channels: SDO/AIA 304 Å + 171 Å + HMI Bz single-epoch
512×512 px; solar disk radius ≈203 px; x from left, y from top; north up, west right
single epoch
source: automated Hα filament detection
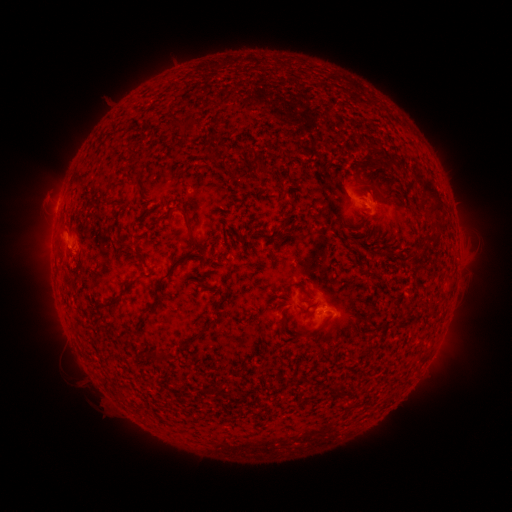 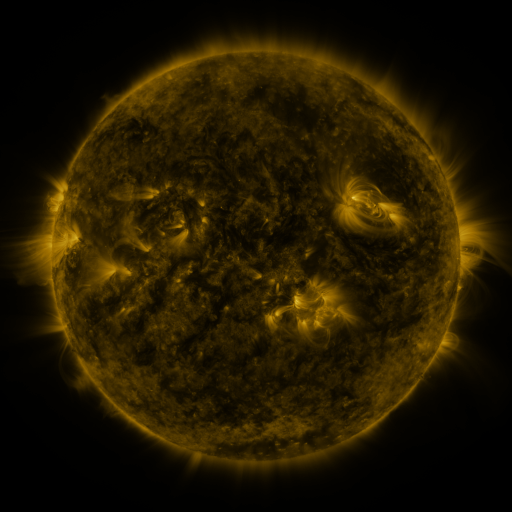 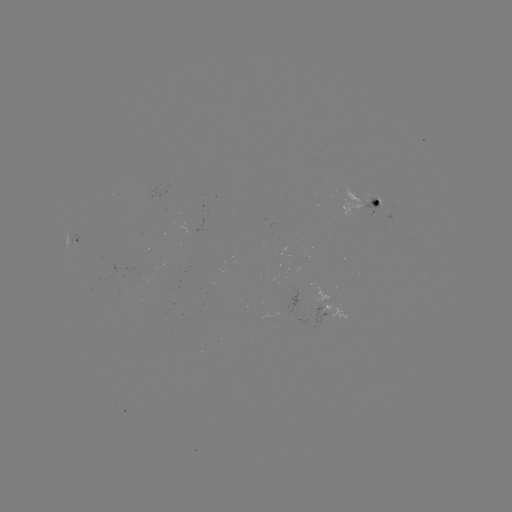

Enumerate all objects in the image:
filament: <bbox>180, 114, 200, 129</bbox>
filament: <bbox>209, 133, 220, 145</bbox>
filament: <bbox>247, 145, 258, 155</bbox>
filament: <bbox>127, 173, 138, 180</bbox>
filament: <bbox>421, 178, 445, 217</bbox>
filament: <bbox>361, 184, 375, 196</bbox>
filament: <bbox>178, 205, 206, 254</bbox>
filament: <bbox>281, 218, 290, 227</bbox>
filament: <bbox>431, 222, 444, 232</bbox>
filament: <bbox>134, 249, 142, 260</bbox>
filament: <bbox>377, 250, 390, 258</bbox>
filament: <bbox>144, 254, 187, 314</bbox>
filament: <bbox>123, 277, 140, 291</bbox>
filament: <bbox>285, 281, 312, 300</bbox>
filament: <bbox>103, 298, 118, 307</bbox>
filament: <bbox>278, 317, 287, 336</bbox>
filament: <bbox>301, 331, 317, 337</bbox>
filament: <bbox>154, 349, 169, 362</bbox>
filament: <bbox>195, 387, 207, 394</bbox>
